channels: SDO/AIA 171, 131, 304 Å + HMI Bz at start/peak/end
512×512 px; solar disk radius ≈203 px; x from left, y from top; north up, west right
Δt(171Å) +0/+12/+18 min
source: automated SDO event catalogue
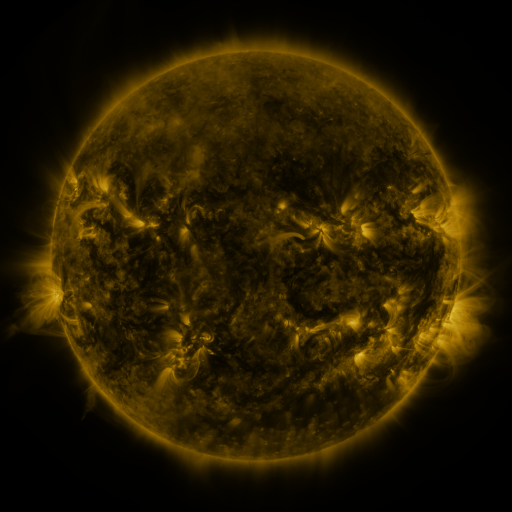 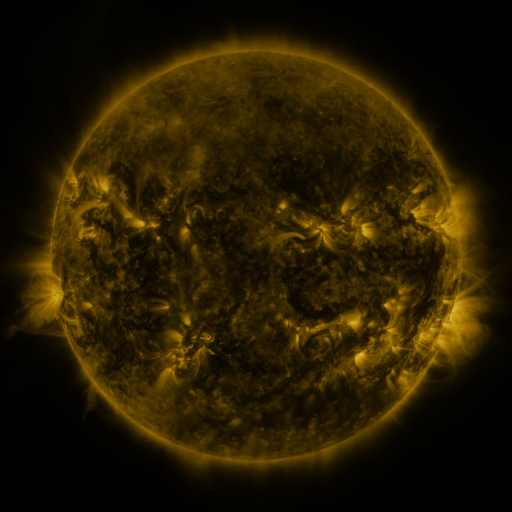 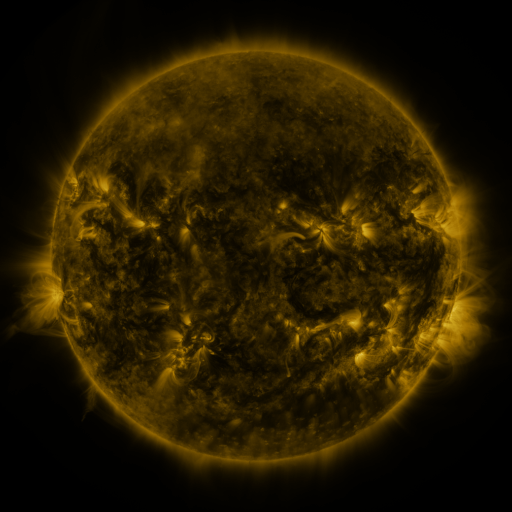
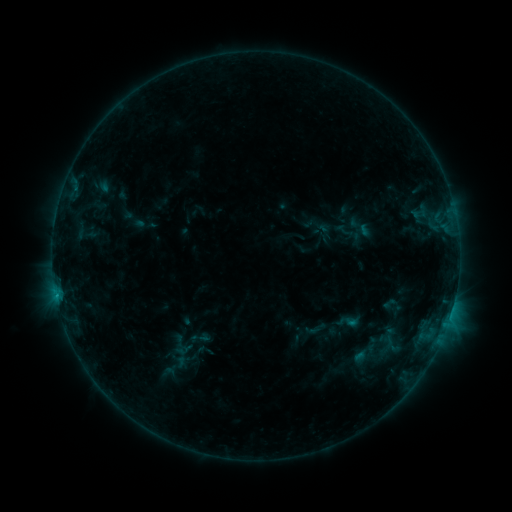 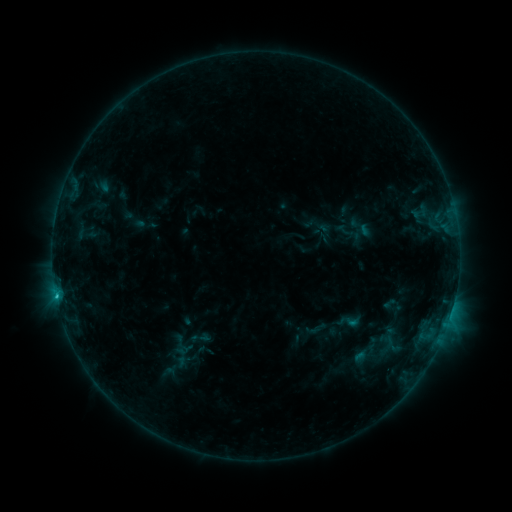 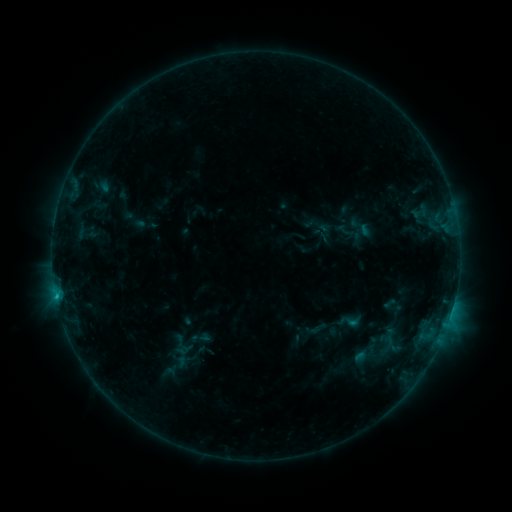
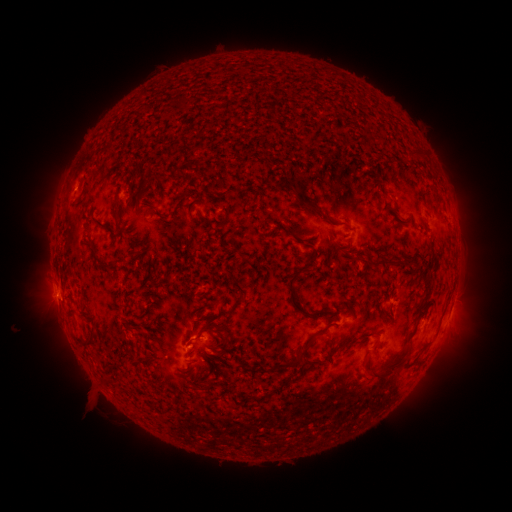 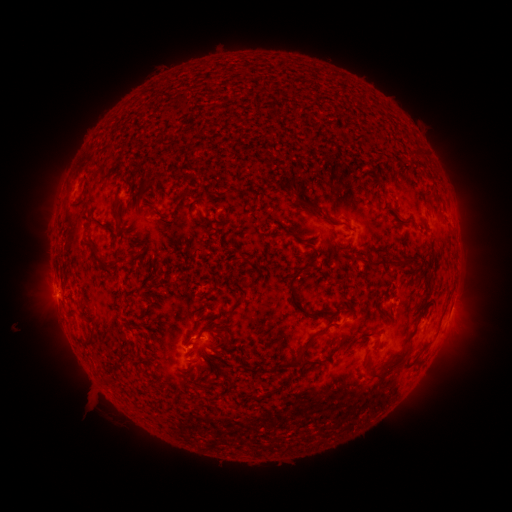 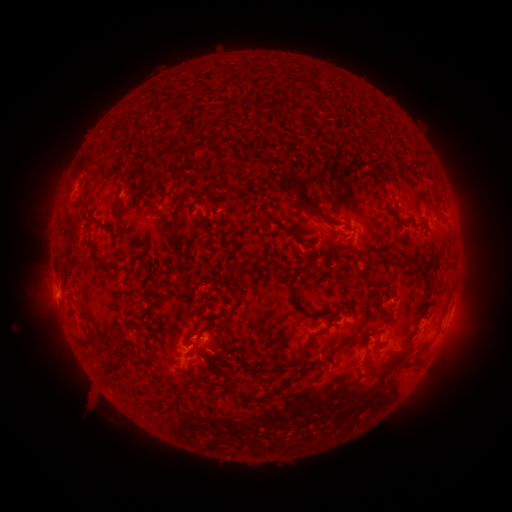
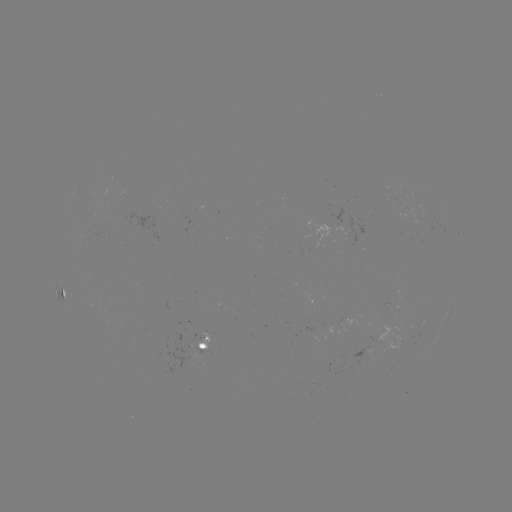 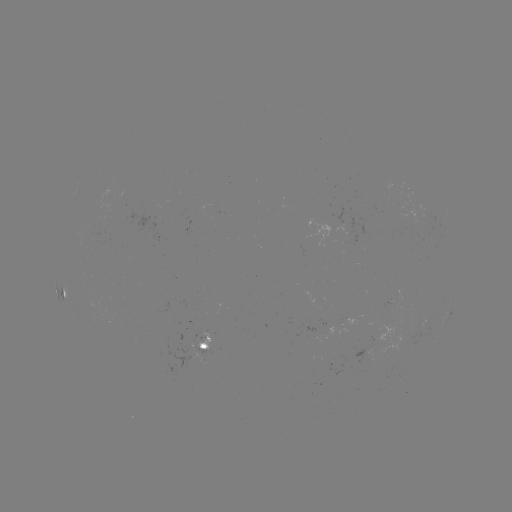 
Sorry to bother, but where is B6.7 flare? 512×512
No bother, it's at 57,296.